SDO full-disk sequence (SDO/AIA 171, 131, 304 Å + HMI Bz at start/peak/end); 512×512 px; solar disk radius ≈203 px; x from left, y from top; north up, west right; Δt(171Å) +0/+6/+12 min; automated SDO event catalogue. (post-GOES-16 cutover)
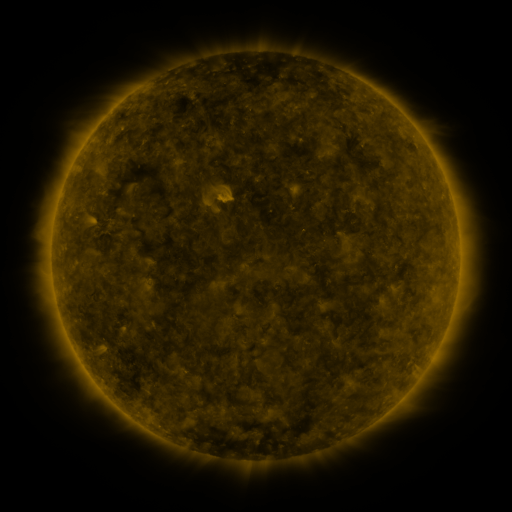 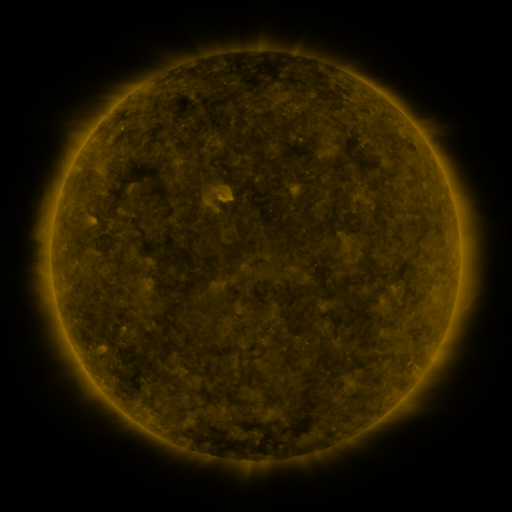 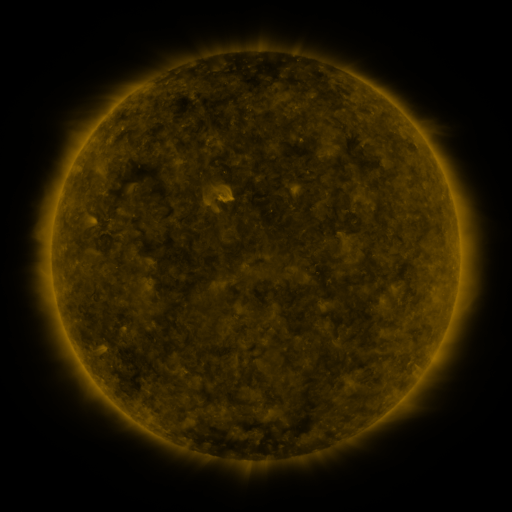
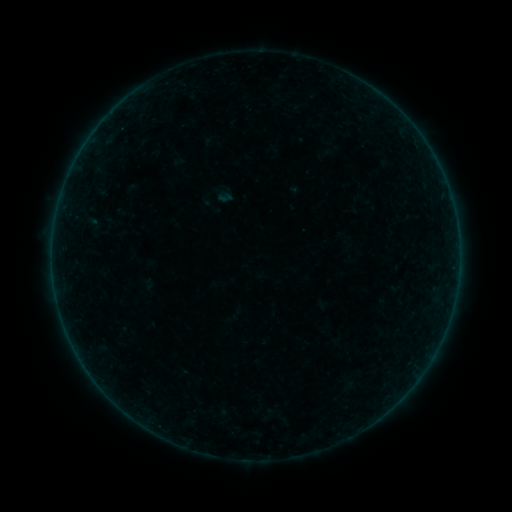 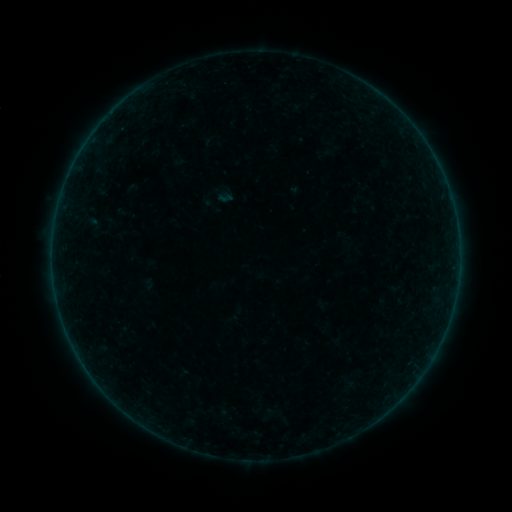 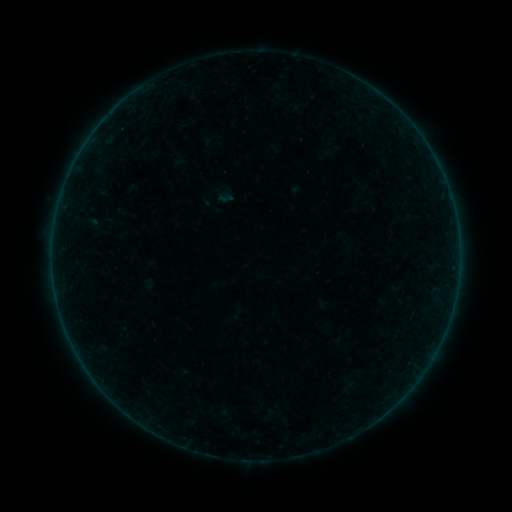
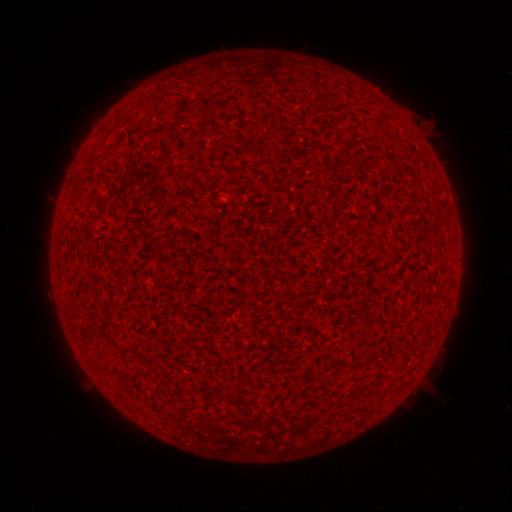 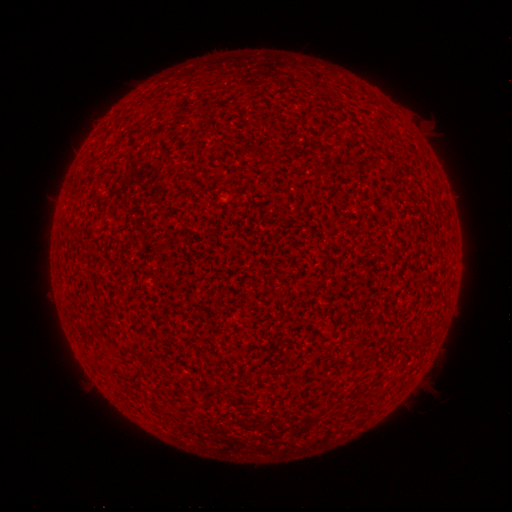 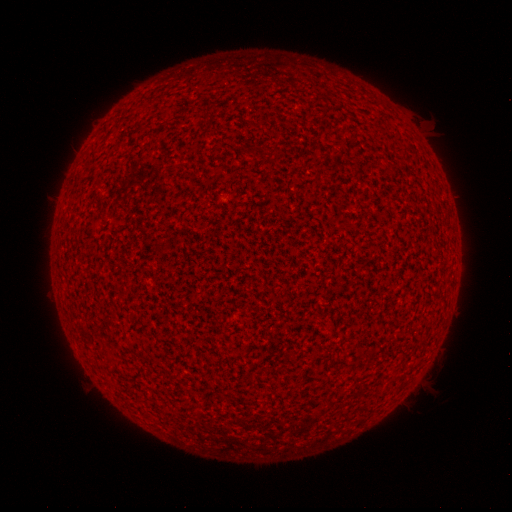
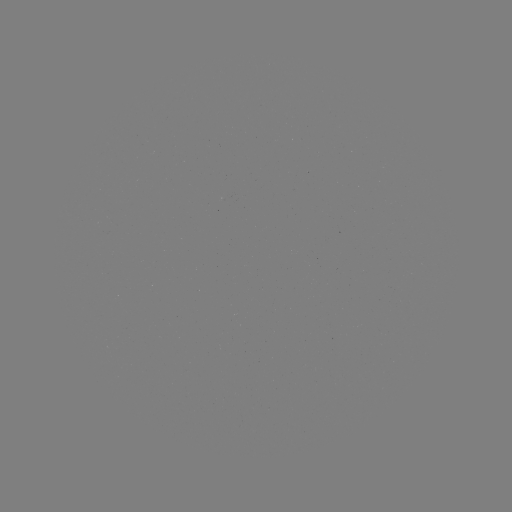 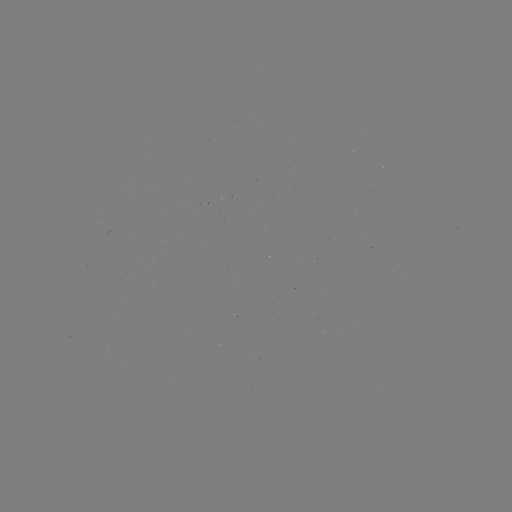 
nothing was catalogued: no classed flare, no EUV trigger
